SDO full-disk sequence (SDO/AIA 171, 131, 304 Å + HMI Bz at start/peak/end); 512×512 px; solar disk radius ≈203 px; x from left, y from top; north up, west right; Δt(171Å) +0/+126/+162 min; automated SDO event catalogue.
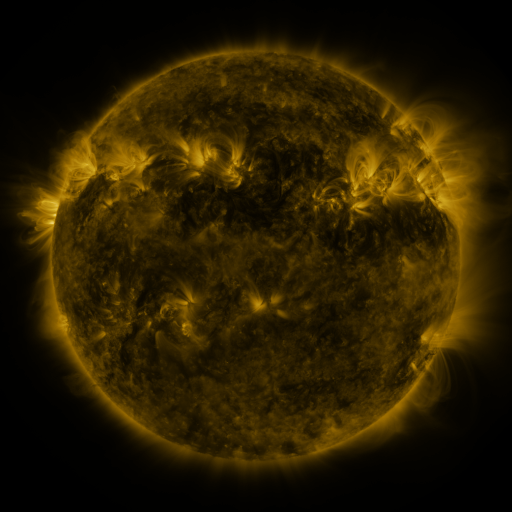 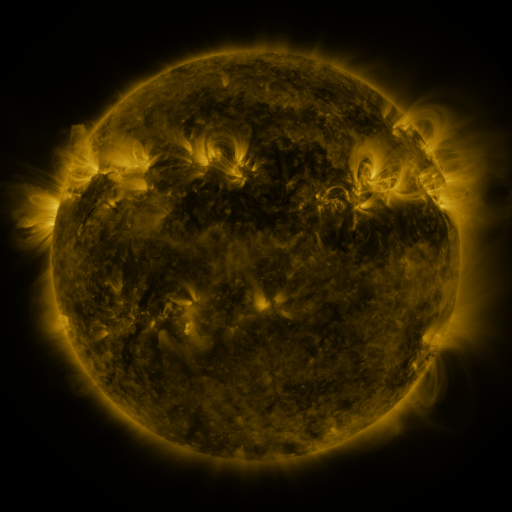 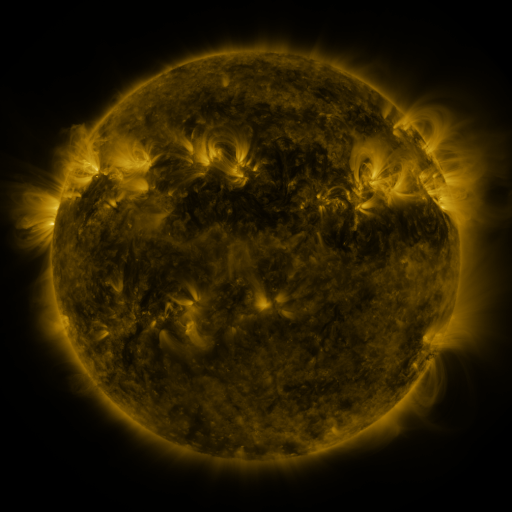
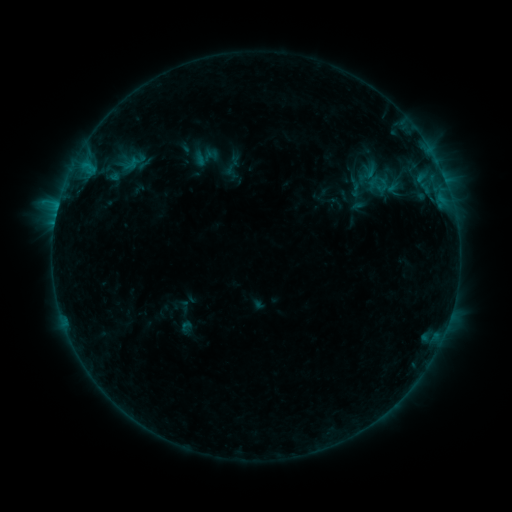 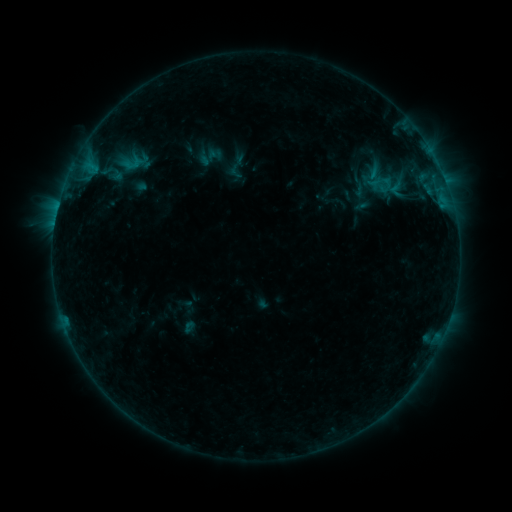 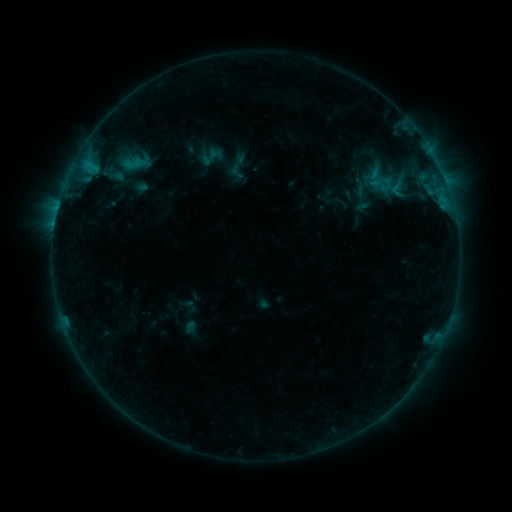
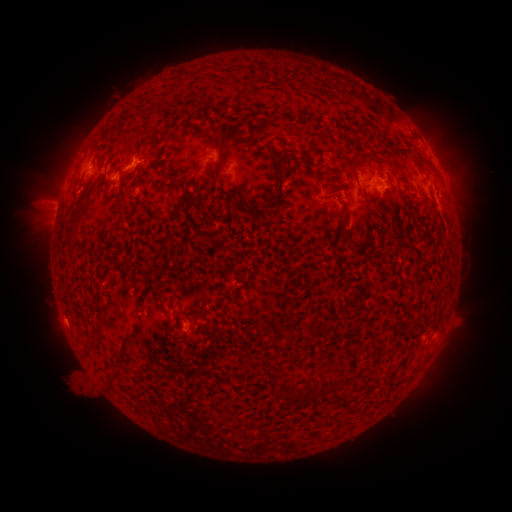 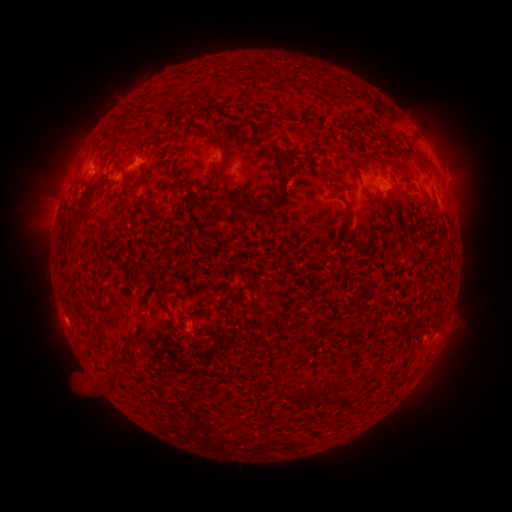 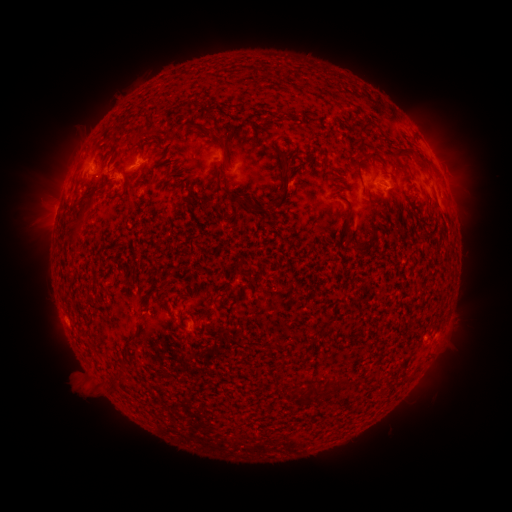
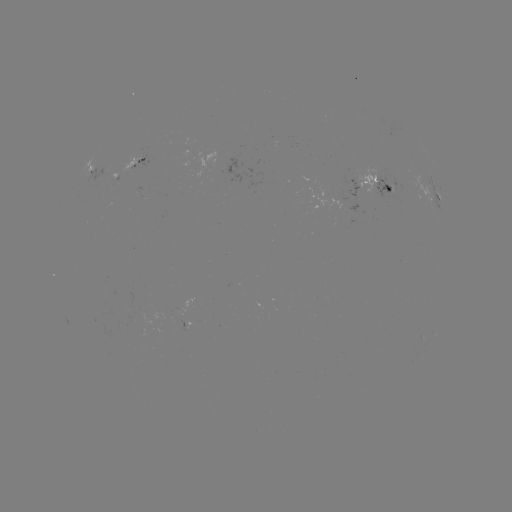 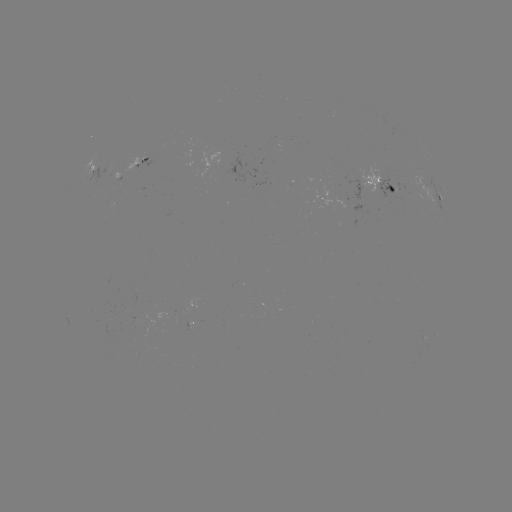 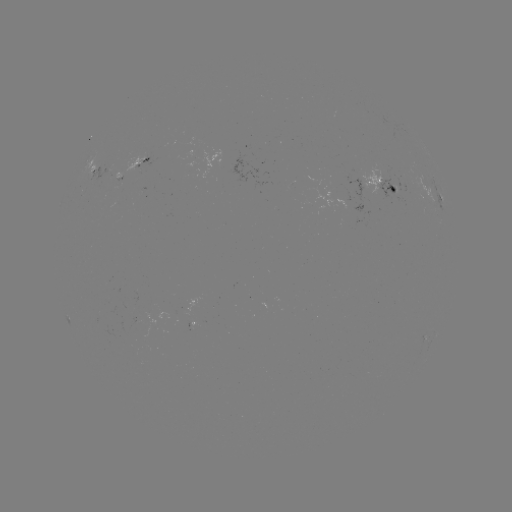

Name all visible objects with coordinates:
emerging-flux region: (188, 323)
